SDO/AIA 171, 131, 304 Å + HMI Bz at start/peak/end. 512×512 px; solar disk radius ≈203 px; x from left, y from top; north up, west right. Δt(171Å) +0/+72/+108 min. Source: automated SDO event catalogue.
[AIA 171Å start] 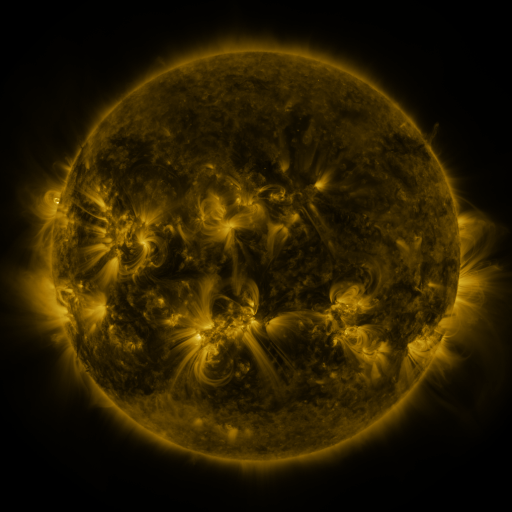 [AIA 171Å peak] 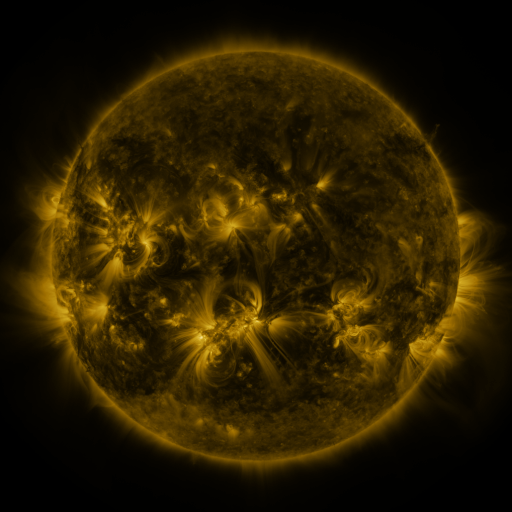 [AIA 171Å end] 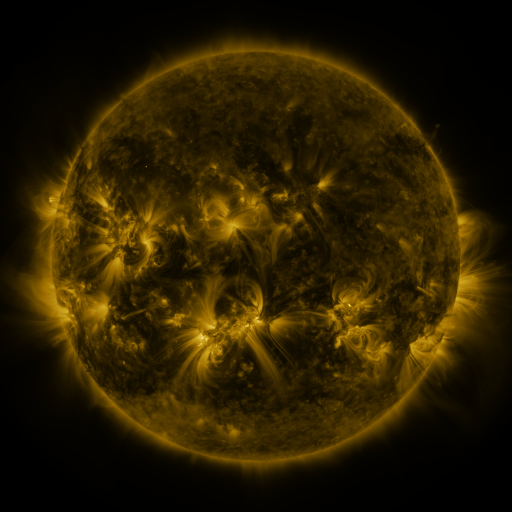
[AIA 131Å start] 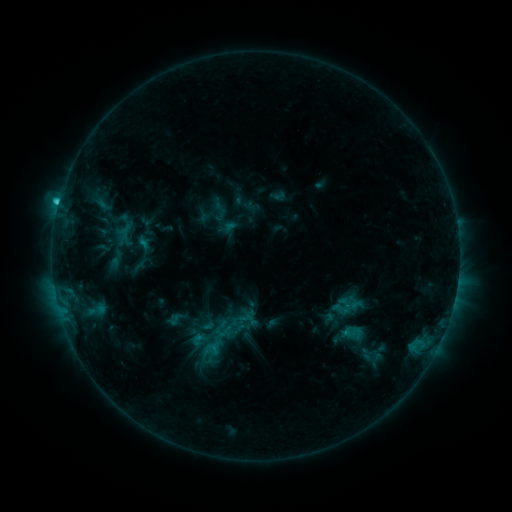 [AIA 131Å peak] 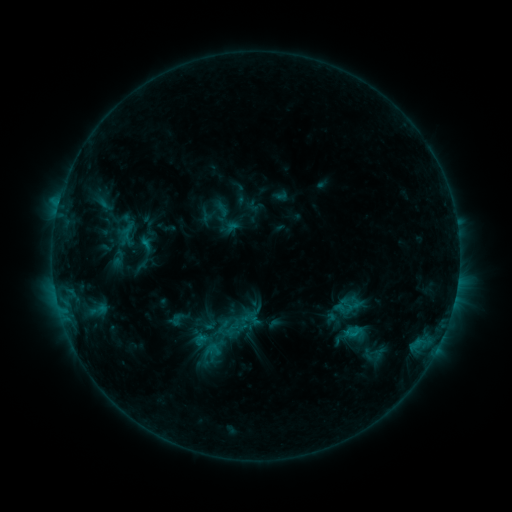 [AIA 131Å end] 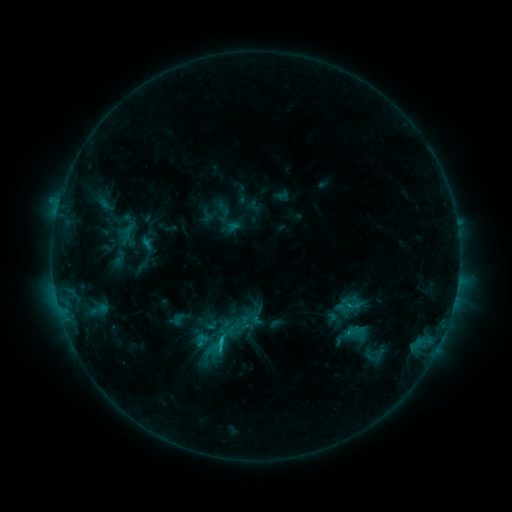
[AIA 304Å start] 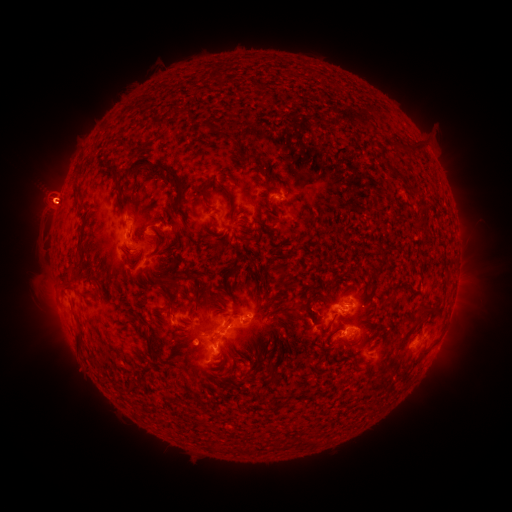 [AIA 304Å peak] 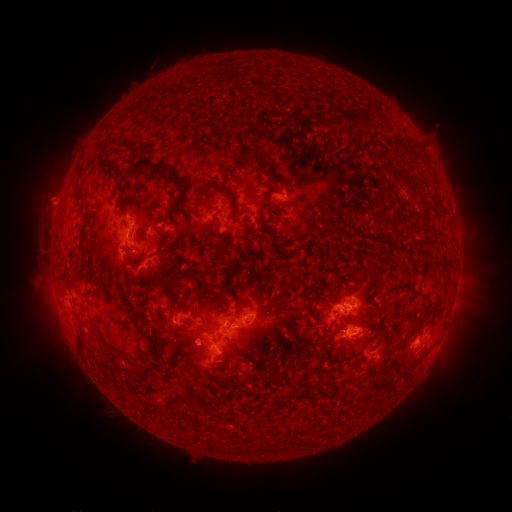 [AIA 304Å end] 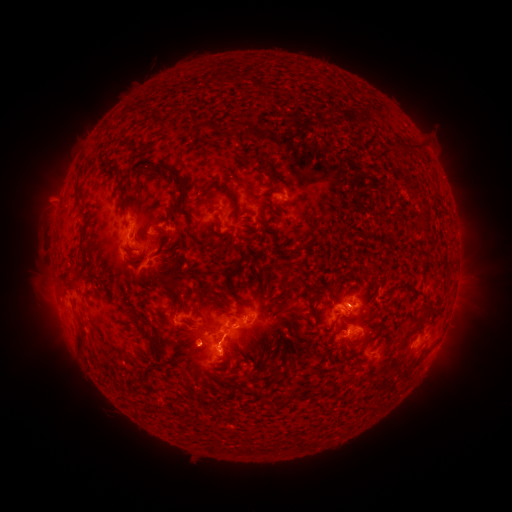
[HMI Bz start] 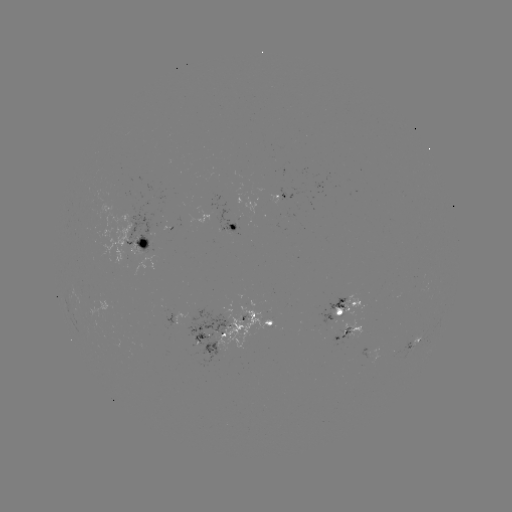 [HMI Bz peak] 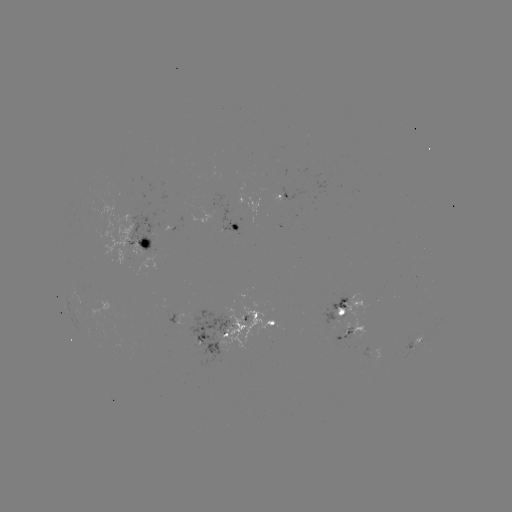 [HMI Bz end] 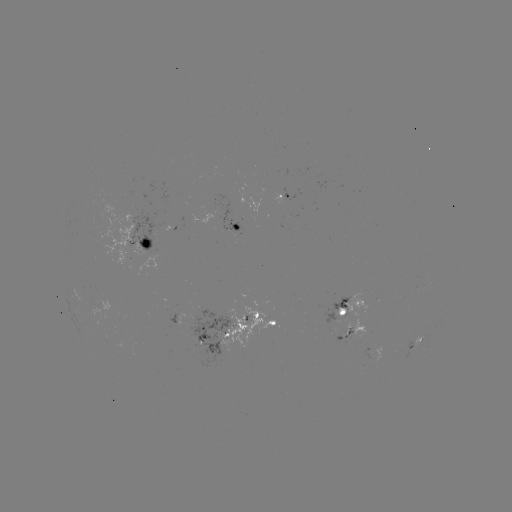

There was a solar emerging-flux region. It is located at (194, 221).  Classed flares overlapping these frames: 1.